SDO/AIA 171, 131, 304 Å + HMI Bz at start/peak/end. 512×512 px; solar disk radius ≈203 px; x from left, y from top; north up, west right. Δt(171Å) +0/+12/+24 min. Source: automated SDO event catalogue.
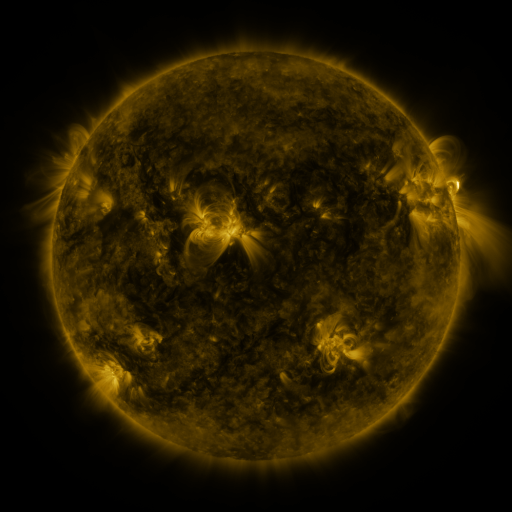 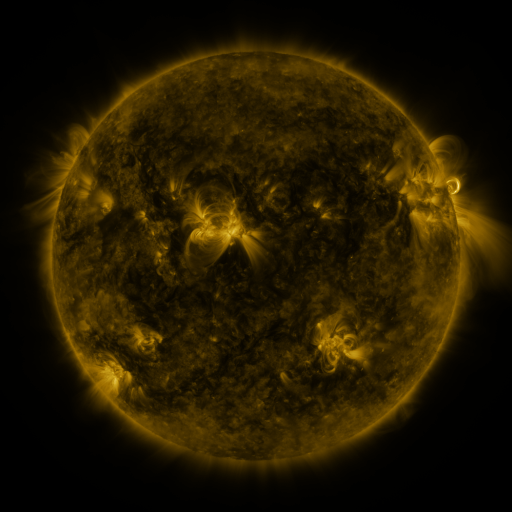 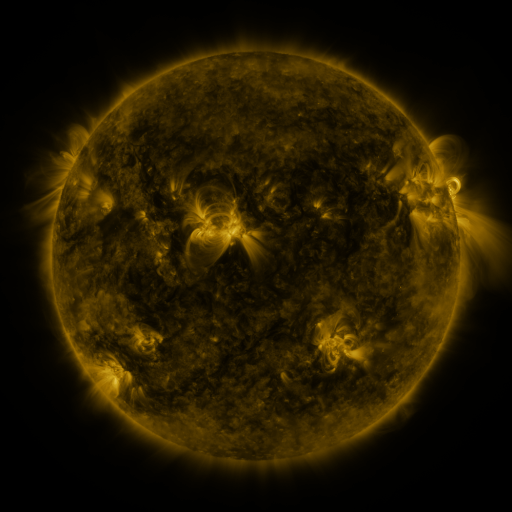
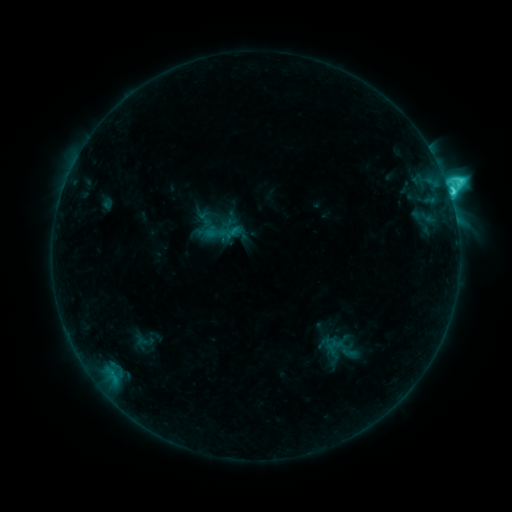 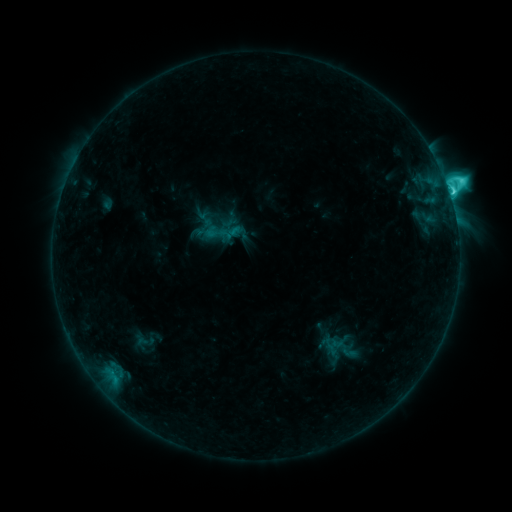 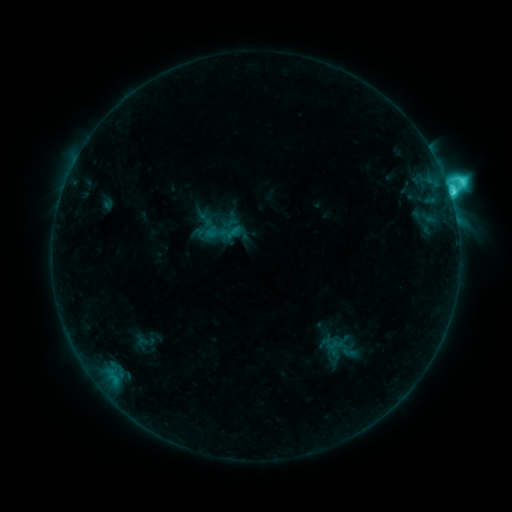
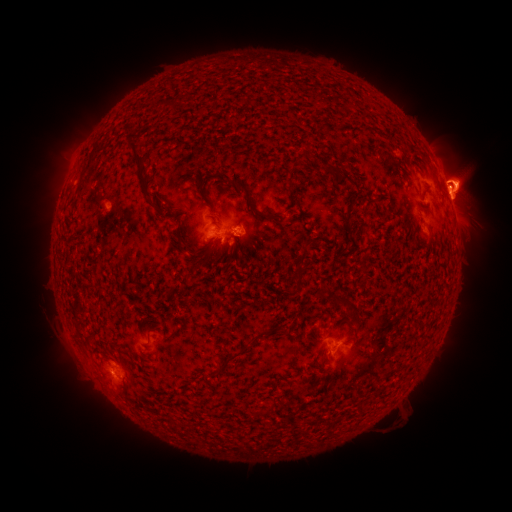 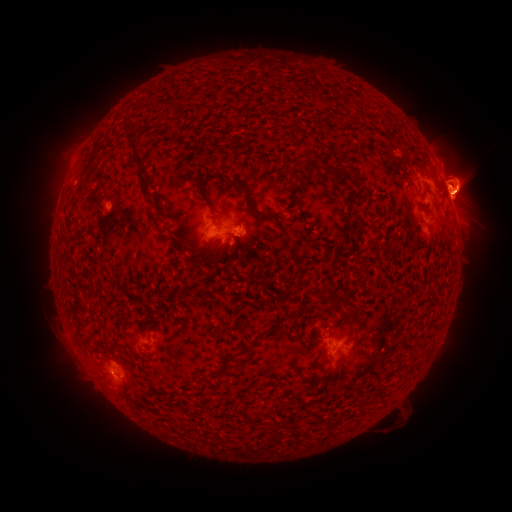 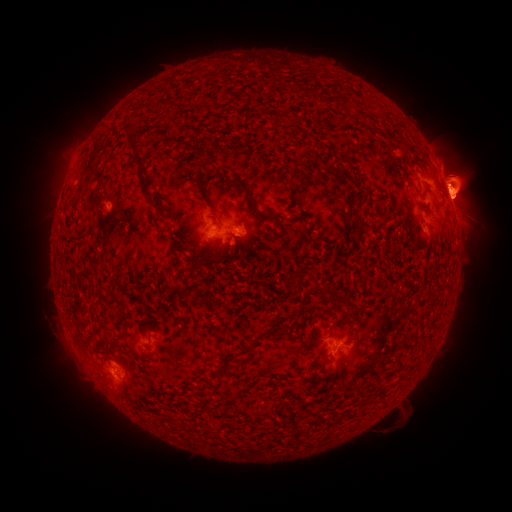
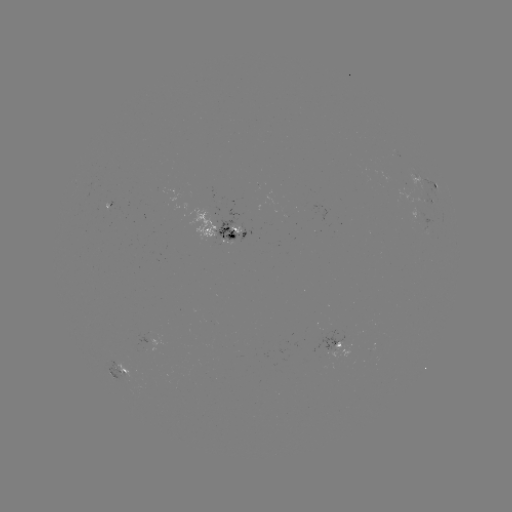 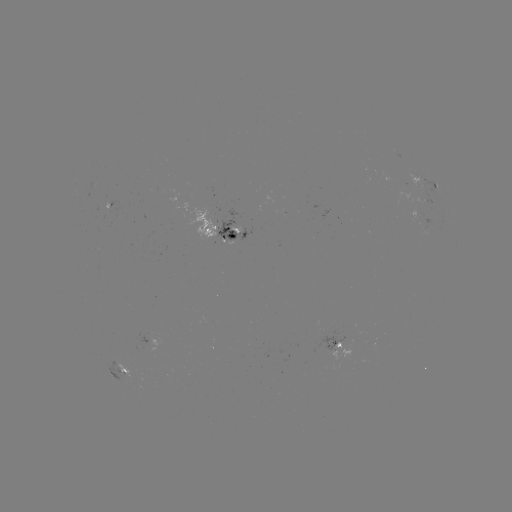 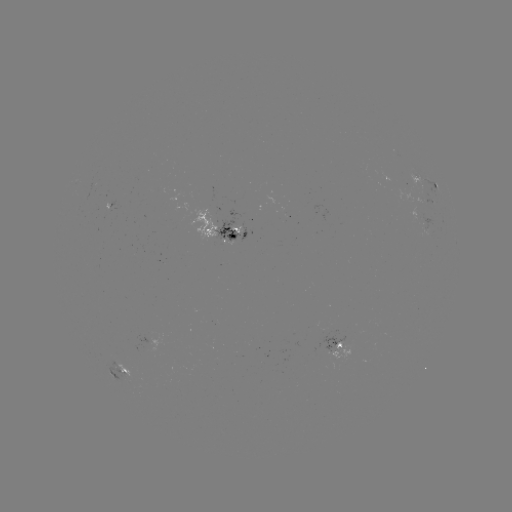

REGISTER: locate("eruption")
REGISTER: [464, 183]